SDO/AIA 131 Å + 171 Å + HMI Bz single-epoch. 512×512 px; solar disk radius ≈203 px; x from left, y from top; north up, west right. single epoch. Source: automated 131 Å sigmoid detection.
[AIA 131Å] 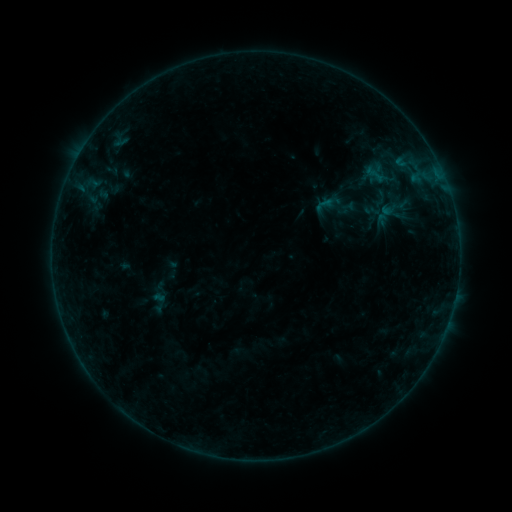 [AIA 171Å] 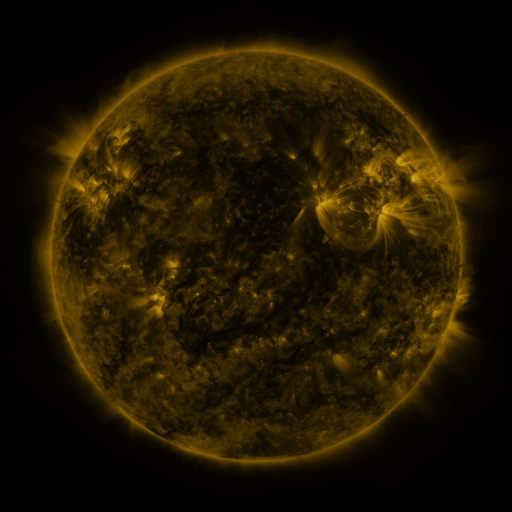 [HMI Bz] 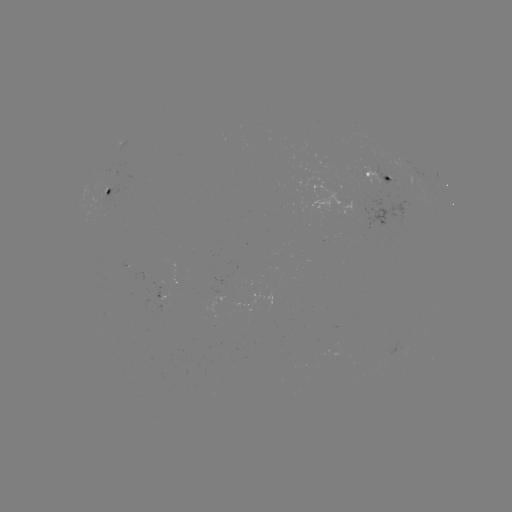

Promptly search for sigmoid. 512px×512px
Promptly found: (158, 301).